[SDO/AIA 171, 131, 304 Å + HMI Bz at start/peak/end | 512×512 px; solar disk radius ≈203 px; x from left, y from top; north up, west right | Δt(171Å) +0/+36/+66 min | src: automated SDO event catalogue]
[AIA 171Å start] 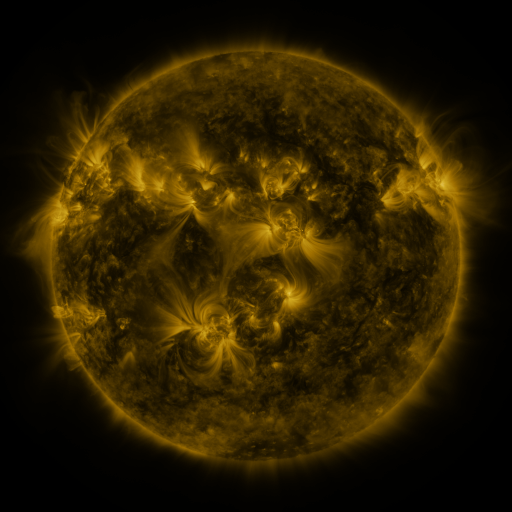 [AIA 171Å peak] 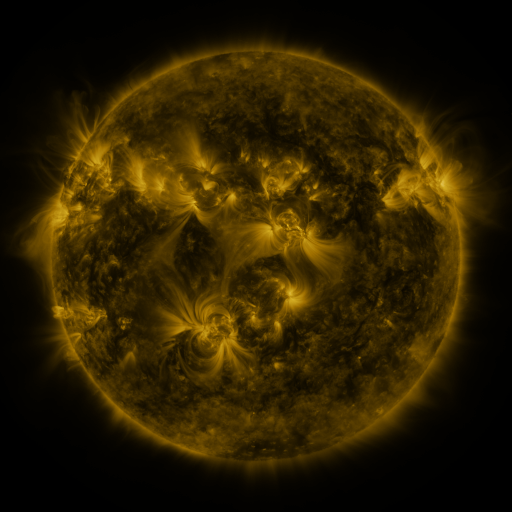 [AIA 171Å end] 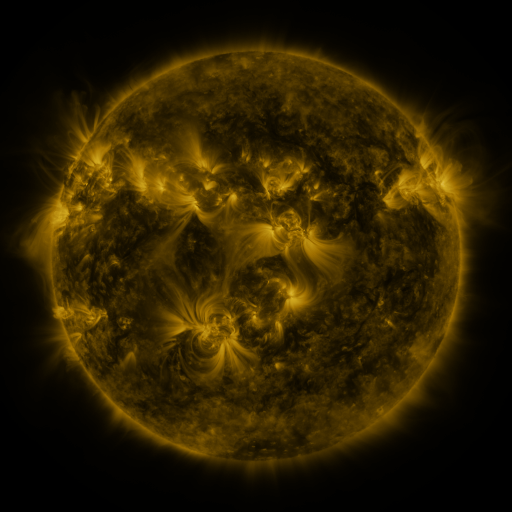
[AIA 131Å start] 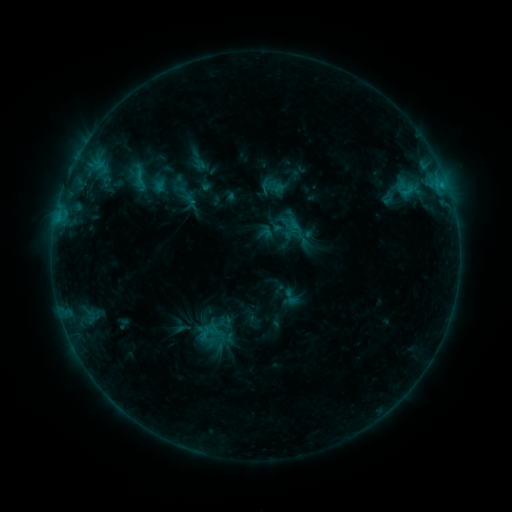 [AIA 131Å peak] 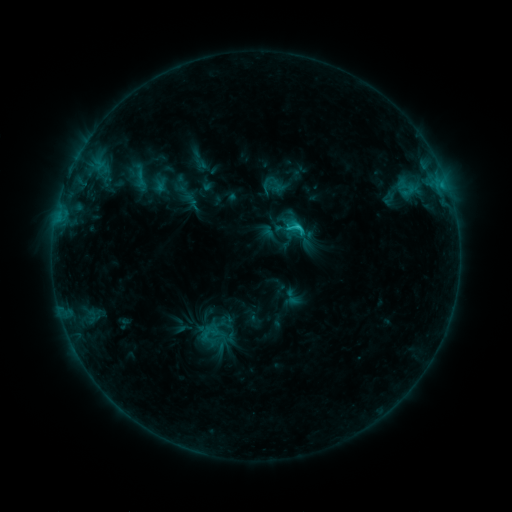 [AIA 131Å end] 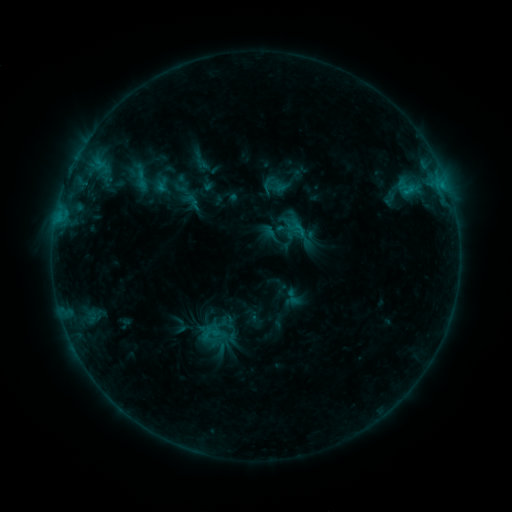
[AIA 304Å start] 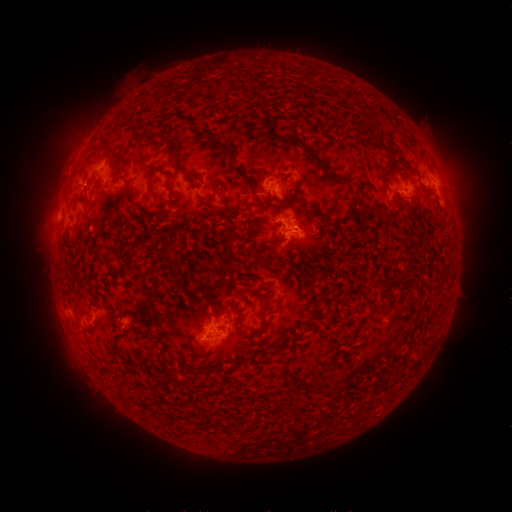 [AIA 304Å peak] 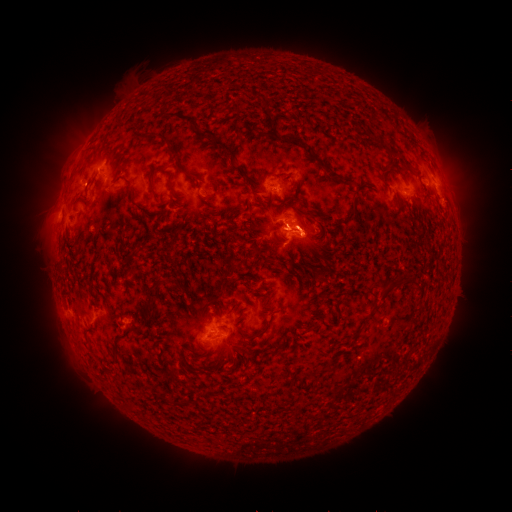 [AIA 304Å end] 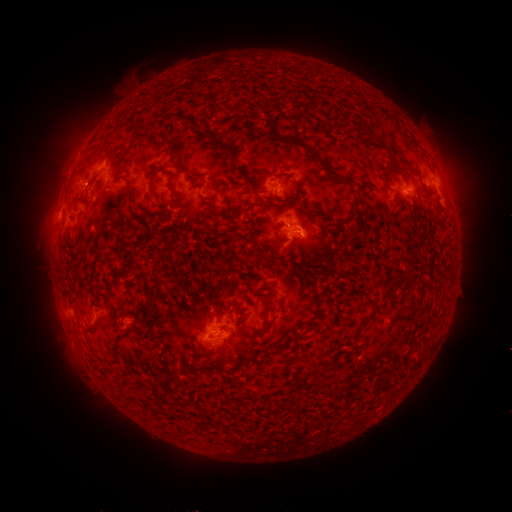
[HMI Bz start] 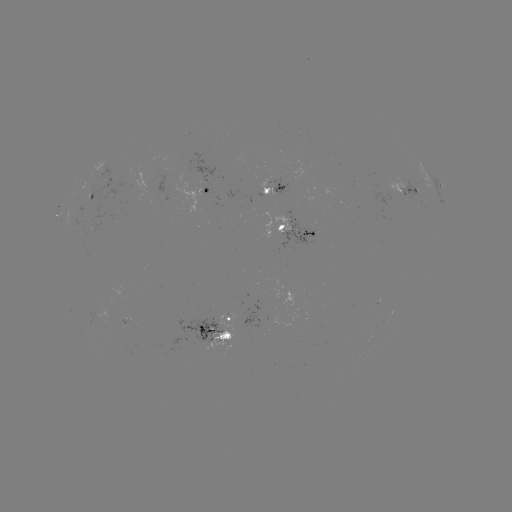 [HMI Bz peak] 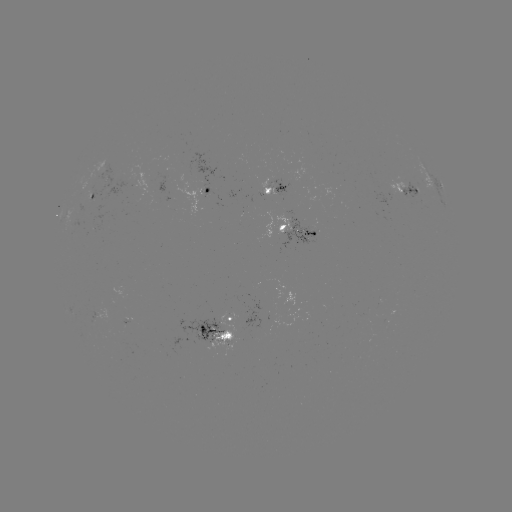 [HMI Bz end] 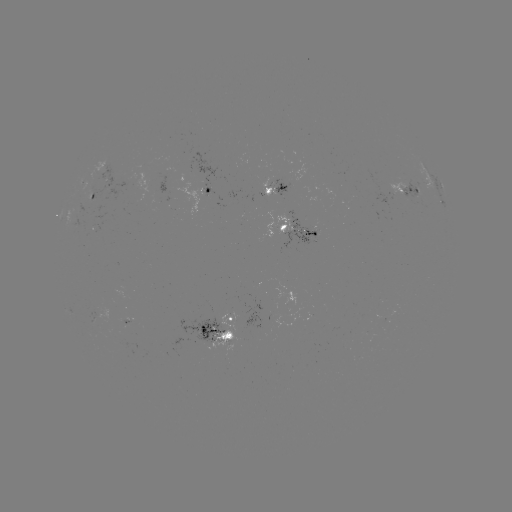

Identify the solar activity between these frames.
C1.7 flare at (298, 229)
